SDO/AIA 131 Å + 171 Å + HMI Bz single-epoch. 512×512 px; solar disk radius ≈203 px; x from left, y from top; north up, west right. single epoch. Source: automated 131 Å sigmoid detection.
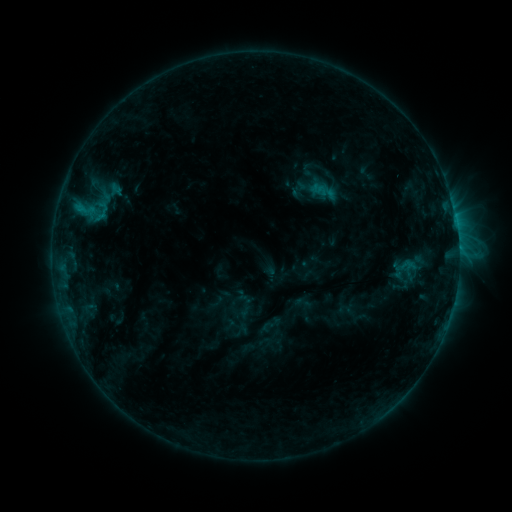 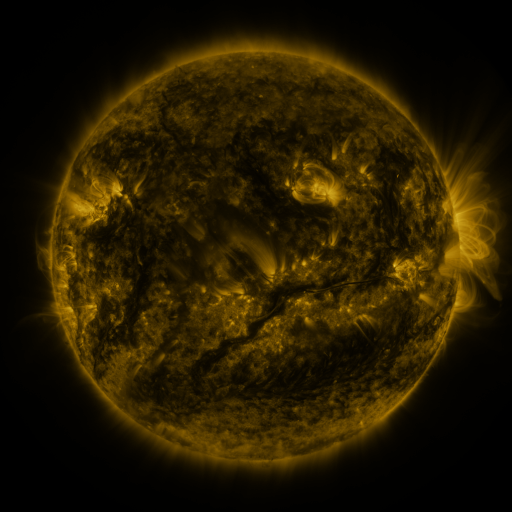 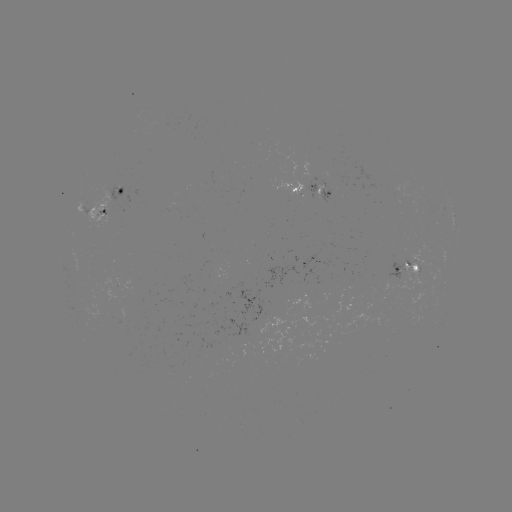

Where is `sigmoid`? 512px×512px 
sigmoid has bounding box [91, 201, 112, 222].